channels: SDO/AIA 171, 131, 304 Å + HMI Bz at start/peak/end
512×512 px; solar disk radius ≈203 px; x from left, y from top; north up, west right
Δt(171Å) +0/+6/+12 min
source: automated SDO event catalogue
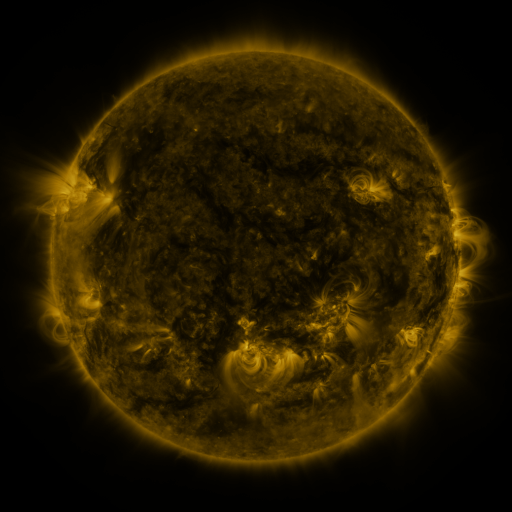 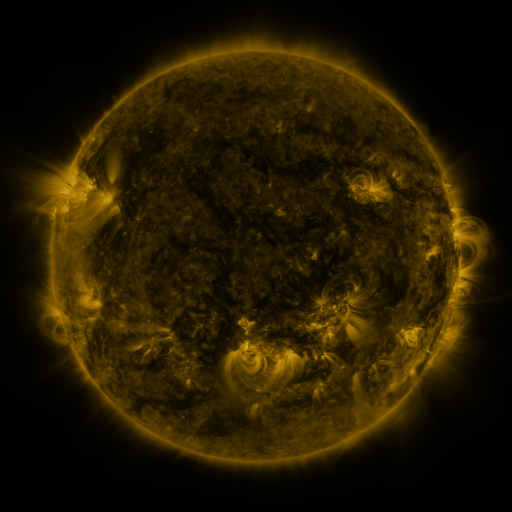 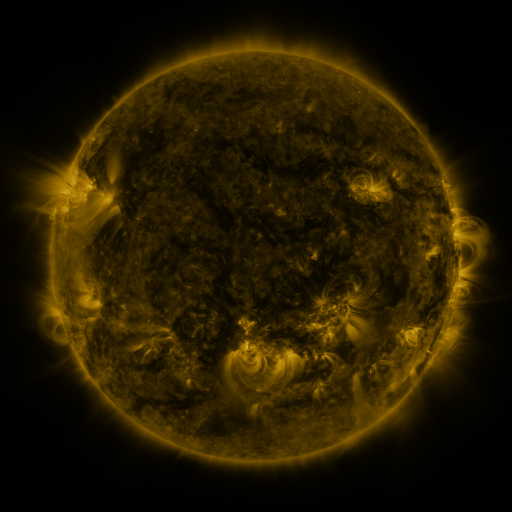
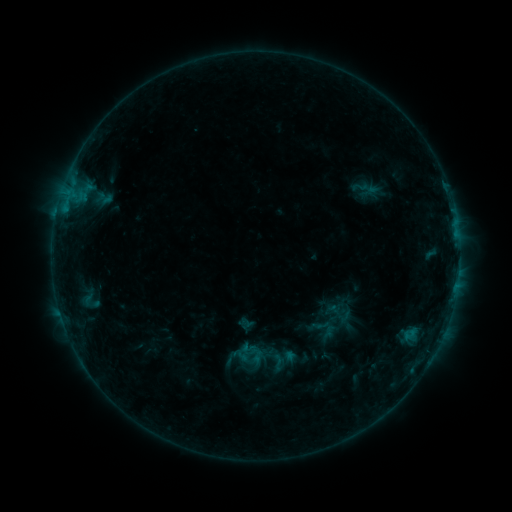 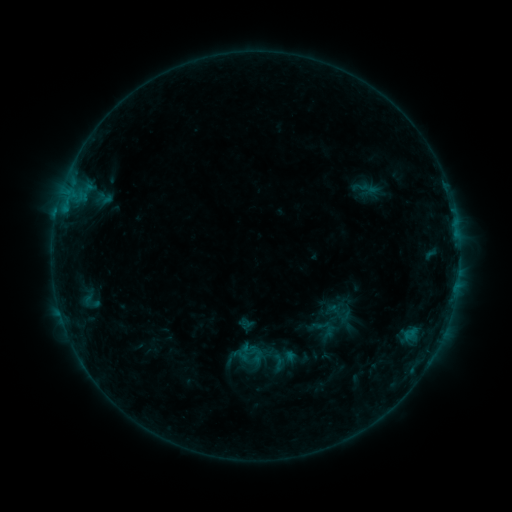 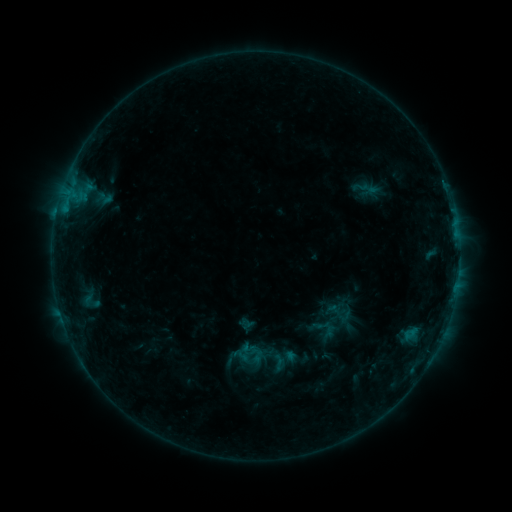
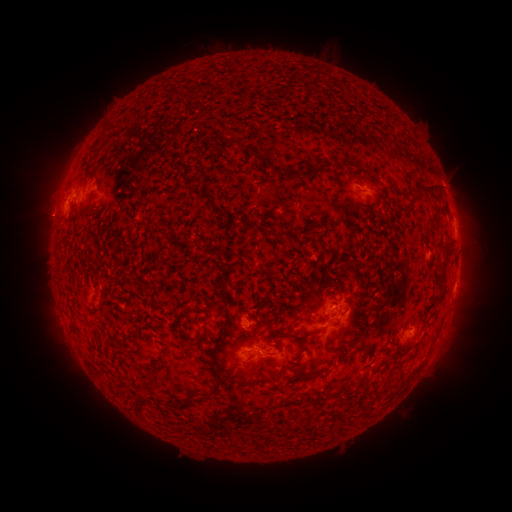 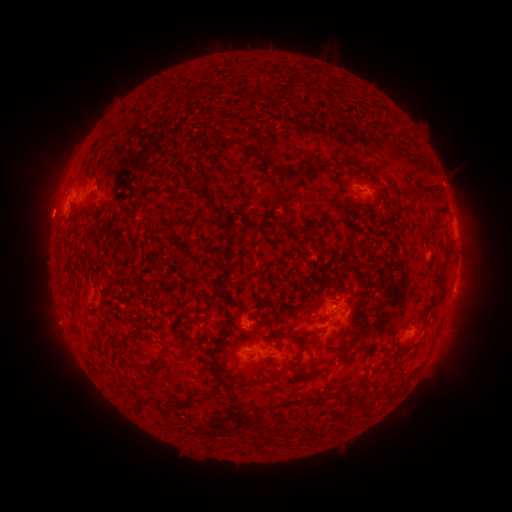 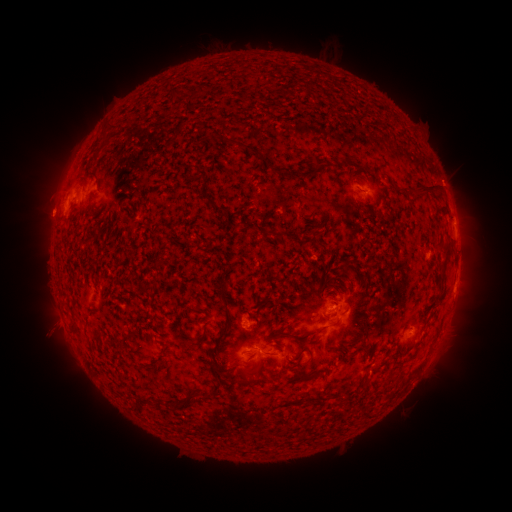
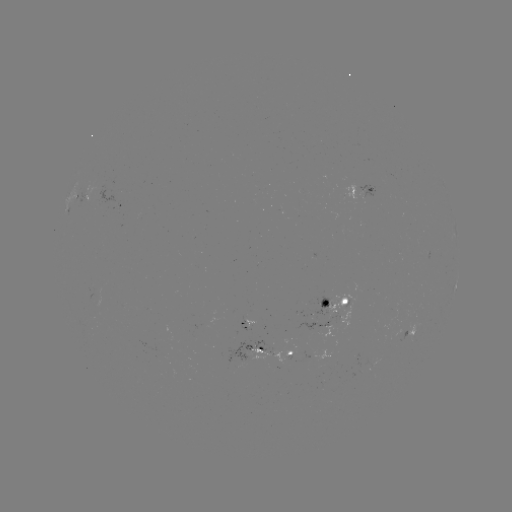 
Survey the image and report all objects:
eruption: (54, 326)
